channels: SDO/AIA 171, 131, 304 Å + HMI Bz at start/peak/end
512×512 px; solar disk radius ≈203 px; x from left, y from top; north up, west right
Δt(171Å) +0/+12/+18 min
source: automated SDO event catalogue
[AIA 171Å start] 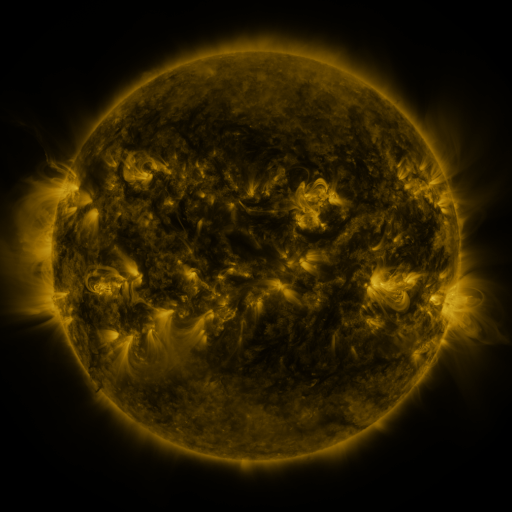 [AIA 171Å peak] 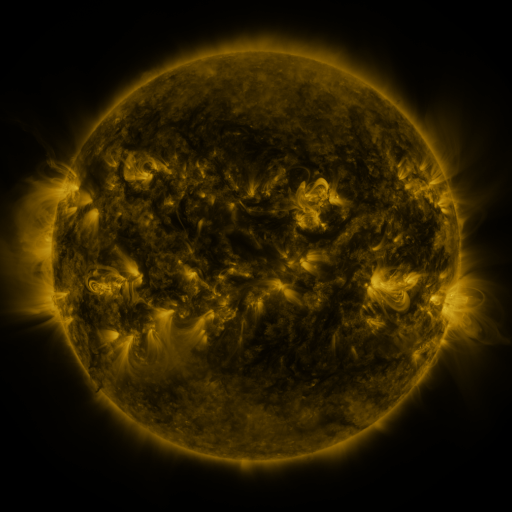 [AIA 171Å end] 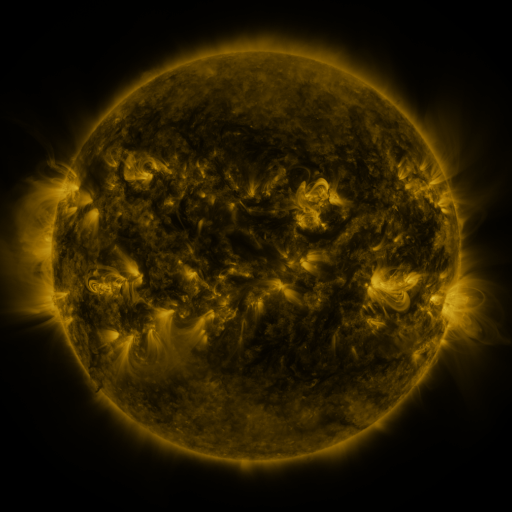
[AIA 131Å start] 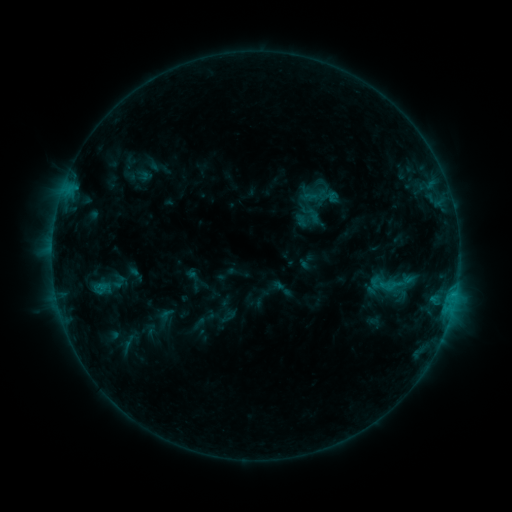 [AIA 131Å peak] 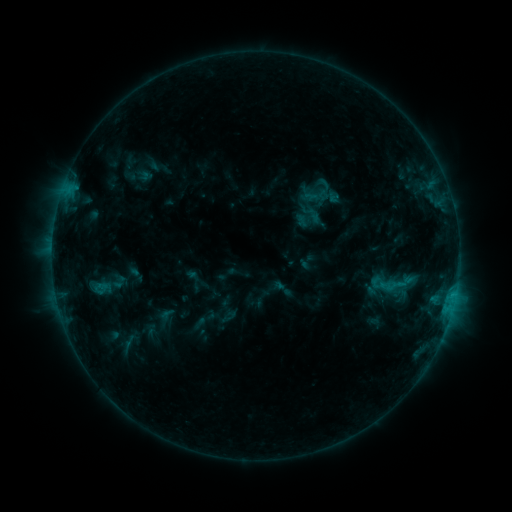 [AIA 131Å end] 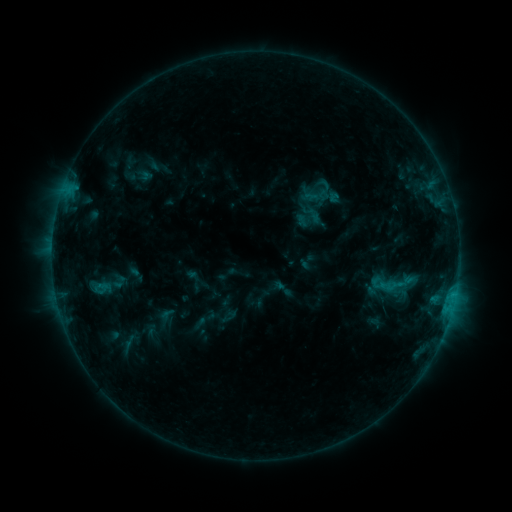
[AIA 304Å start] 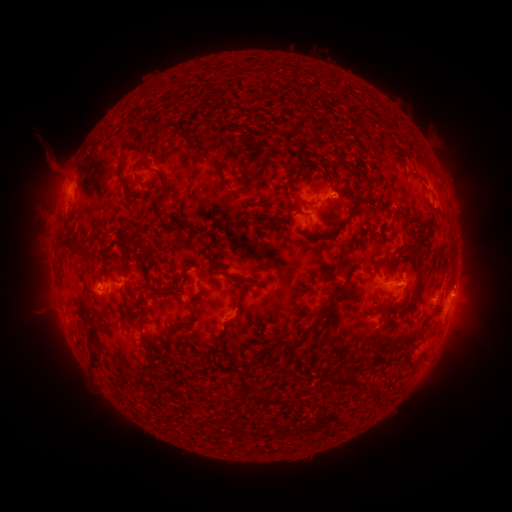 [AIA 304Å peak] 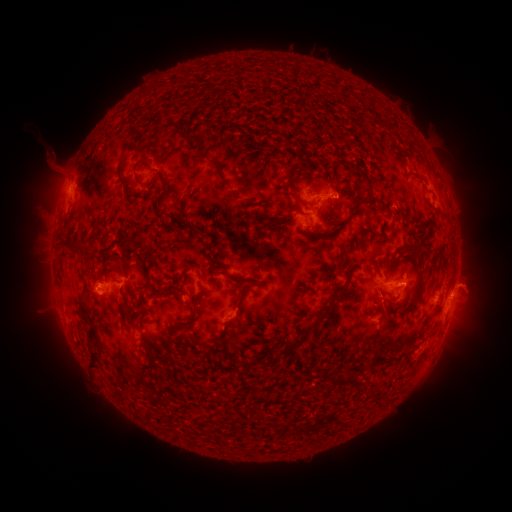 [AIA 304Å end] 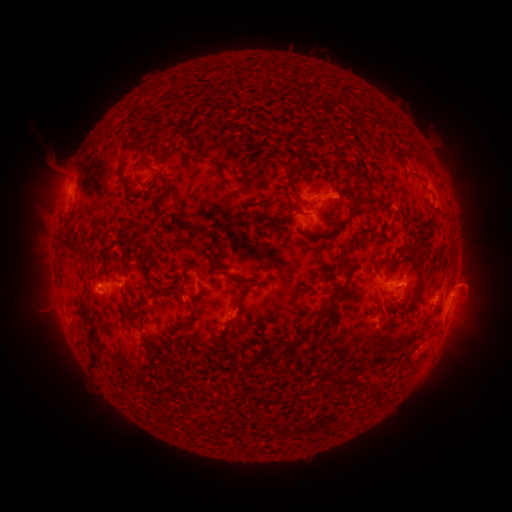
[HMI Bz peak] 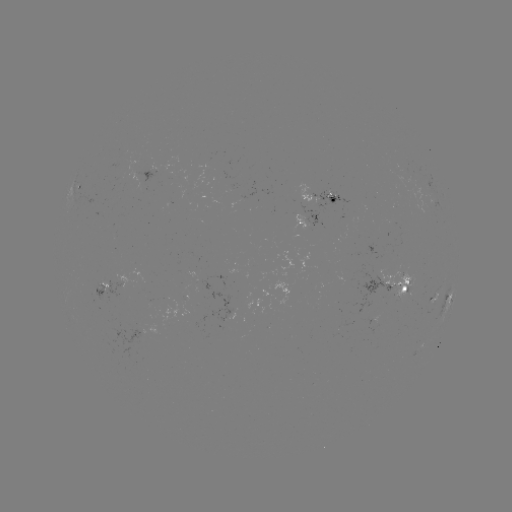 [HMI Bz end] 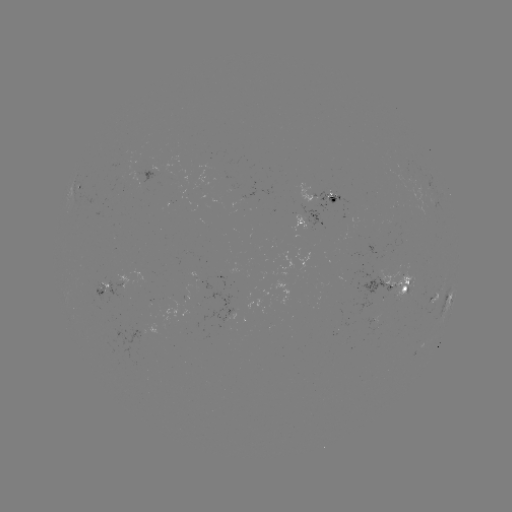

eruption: (445, 260, 498, 306)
